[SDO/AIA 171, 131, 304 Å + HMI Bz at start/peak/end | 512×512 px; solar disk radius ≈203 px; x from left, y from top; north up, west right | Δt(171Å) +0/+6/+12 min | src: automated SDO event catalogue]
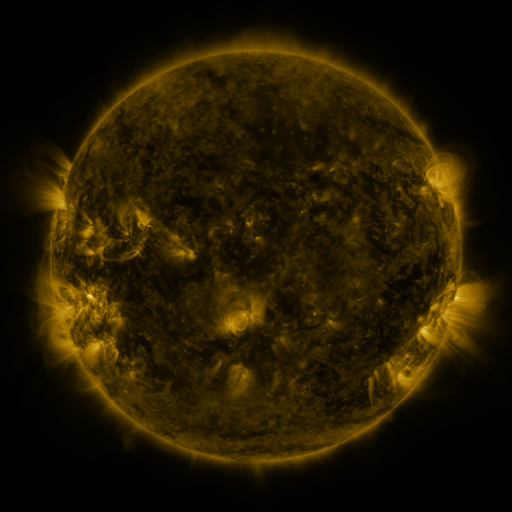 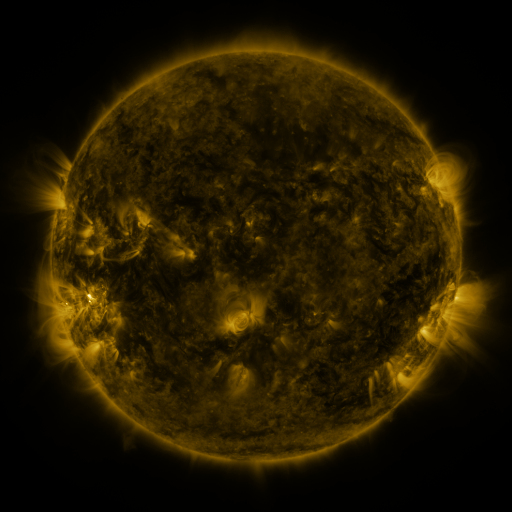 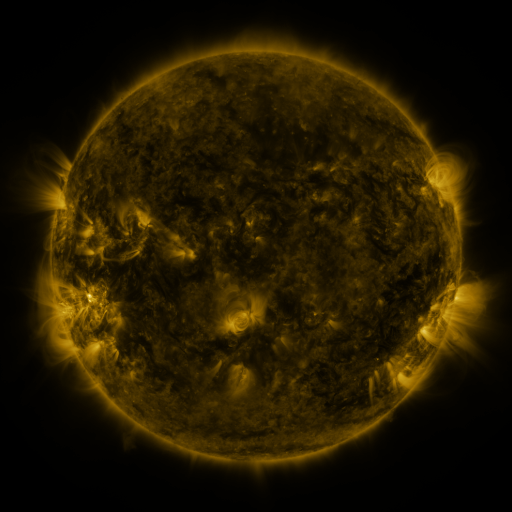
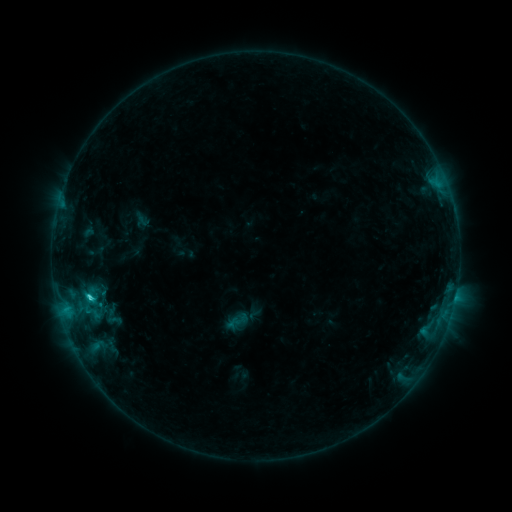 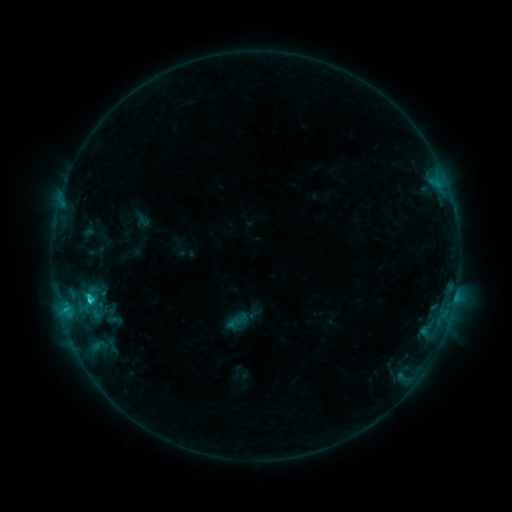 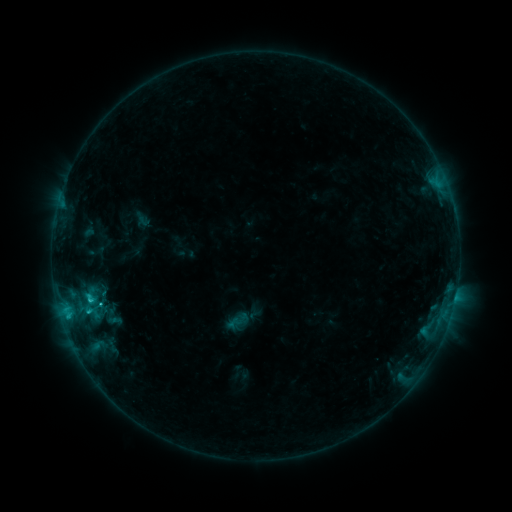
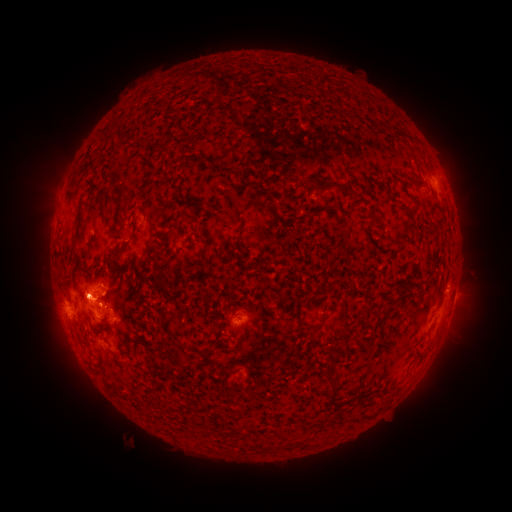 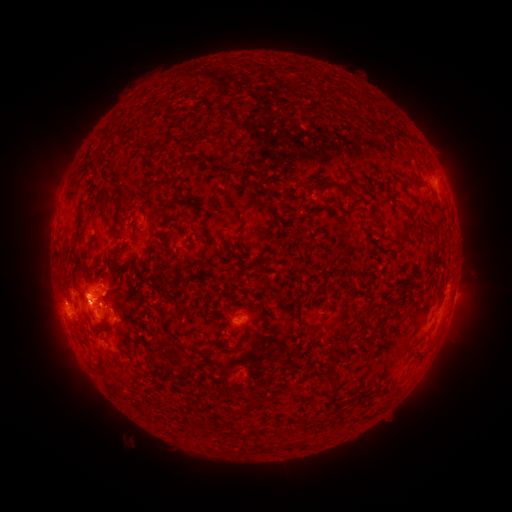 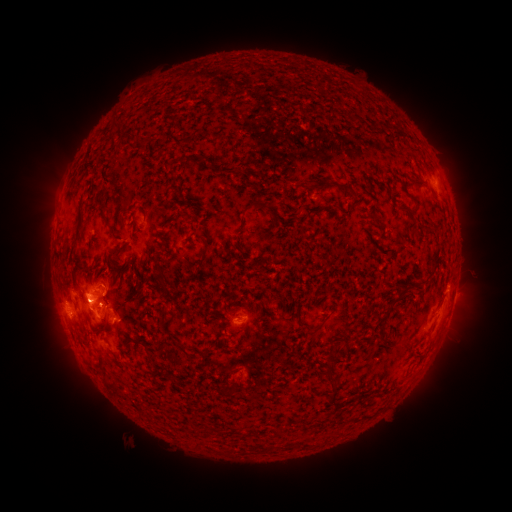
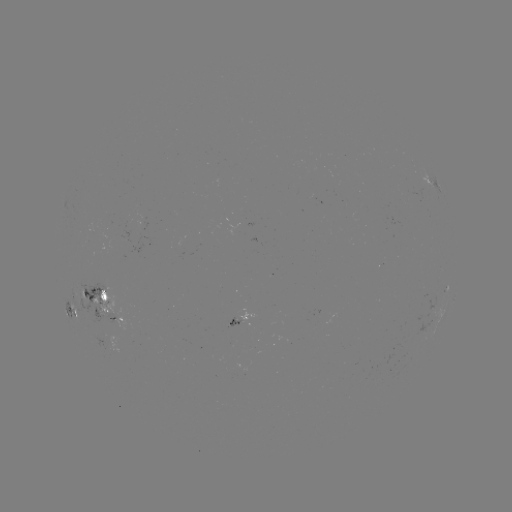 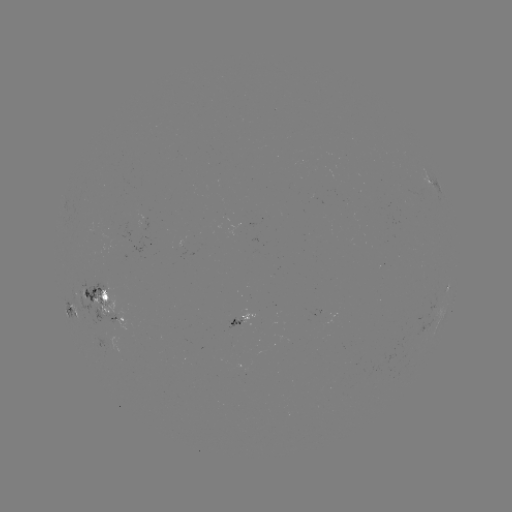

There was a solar flare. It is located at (92, 301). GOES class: C1.9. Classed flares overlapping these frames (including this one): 1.